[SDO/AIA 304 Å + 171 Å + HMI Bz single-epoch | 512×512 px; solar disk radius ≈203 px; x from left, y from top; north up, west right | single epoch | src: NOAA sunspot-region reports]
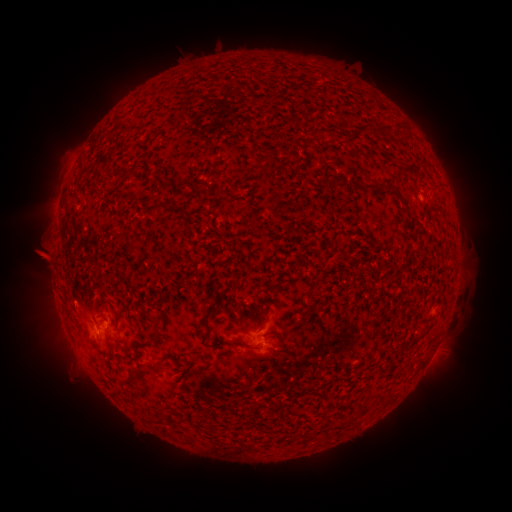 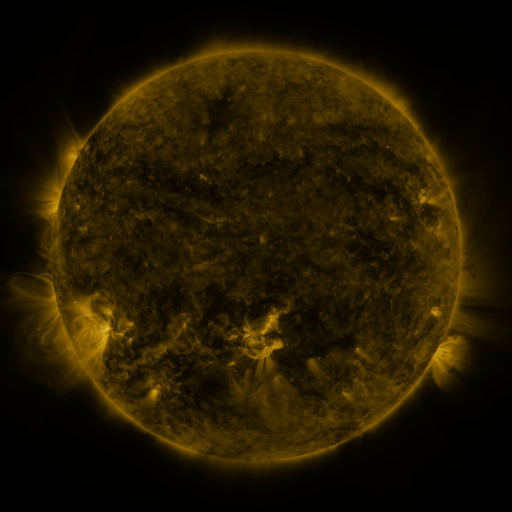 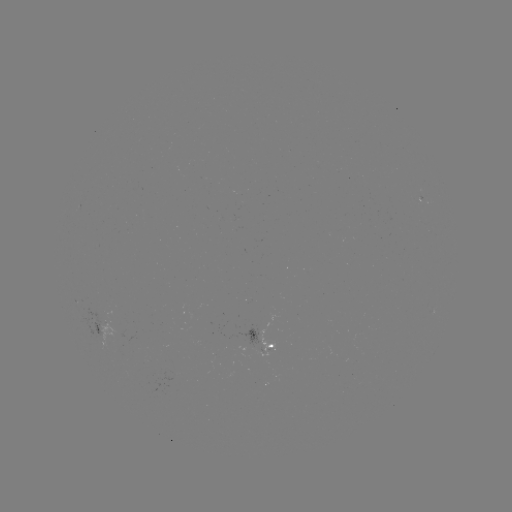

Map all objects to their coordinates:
spotted active region: (103, 329)
spotted active region: (259, 332)
spotted active region: (272, 342)
spotted active region: (436, 348)
